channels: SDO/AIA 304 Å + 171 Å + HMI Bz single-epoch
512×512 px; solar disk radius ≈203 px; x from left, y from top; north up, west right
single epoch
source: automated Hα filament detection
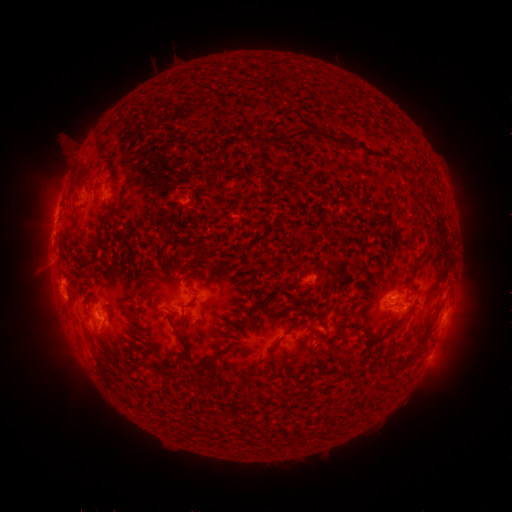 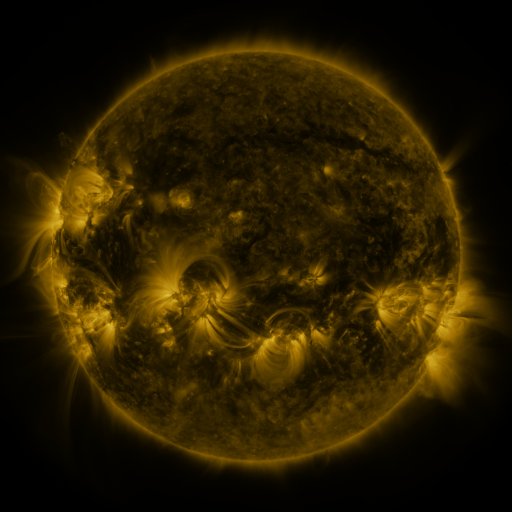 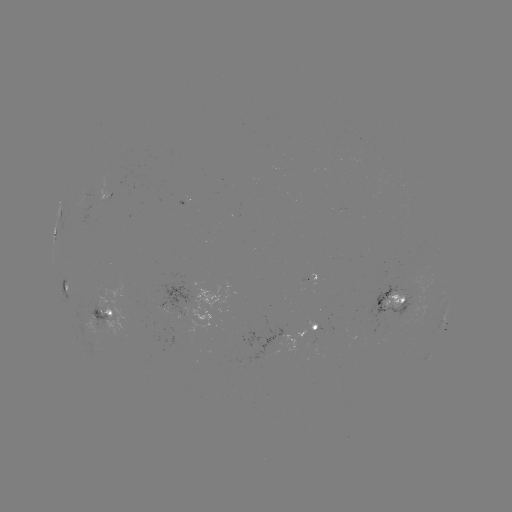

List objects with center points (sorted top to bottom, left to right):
filament: (311, 134)
filament: (275, 143)
filament: (343, 144)
filament: (172, 314)
filament: (252, 320)
filament: (355, 332)
filament: (386, 335)
filament: (281, 337)
filament: (182, 356)
filament: (212, 359)
filament: (158, 371)
filament: (101, 372)
filament: (165, 389)
filament: (127, 400)
